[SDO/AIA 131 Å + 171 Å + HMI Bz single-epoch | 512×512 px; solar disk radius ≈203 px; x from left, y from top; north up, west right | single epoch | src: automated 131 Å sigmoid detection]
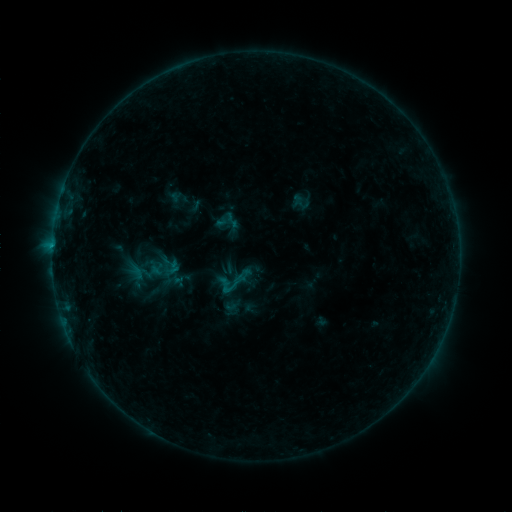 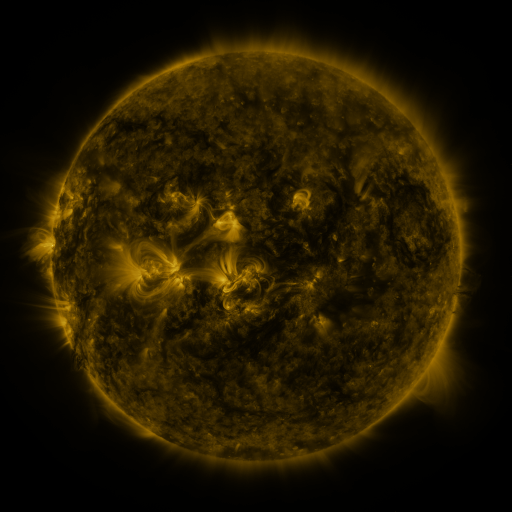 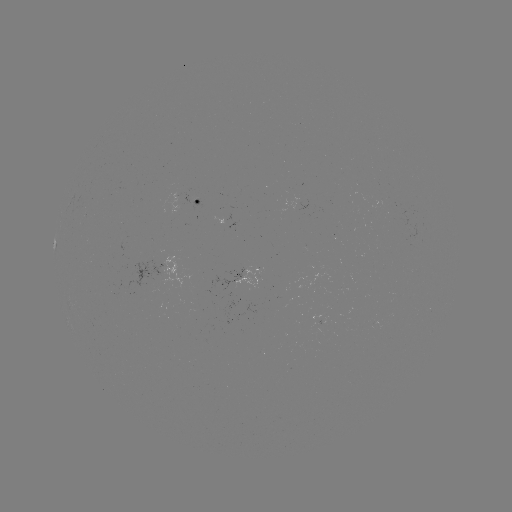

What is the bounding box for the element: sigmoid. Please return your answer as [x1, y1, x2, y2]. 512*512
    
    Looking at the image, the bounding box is [215, 263, 253, 300].